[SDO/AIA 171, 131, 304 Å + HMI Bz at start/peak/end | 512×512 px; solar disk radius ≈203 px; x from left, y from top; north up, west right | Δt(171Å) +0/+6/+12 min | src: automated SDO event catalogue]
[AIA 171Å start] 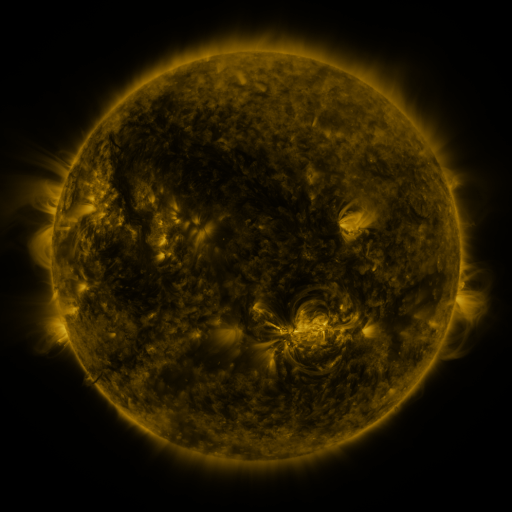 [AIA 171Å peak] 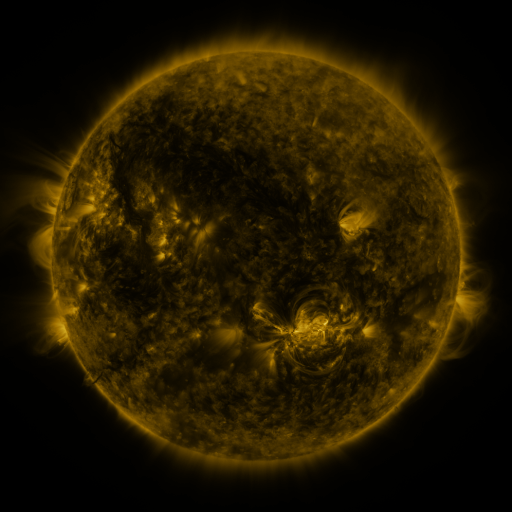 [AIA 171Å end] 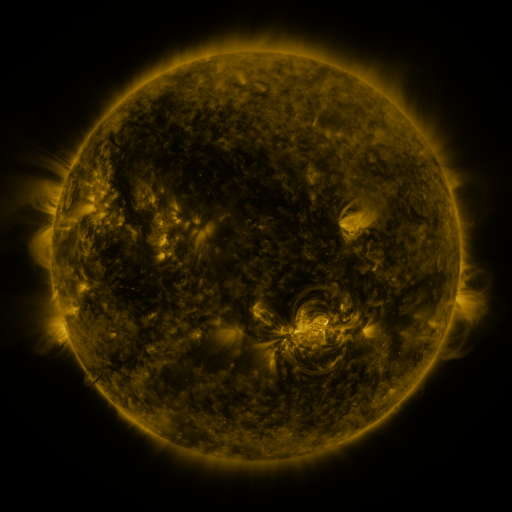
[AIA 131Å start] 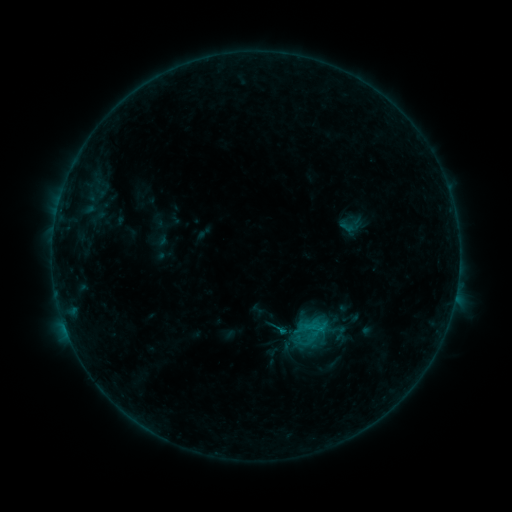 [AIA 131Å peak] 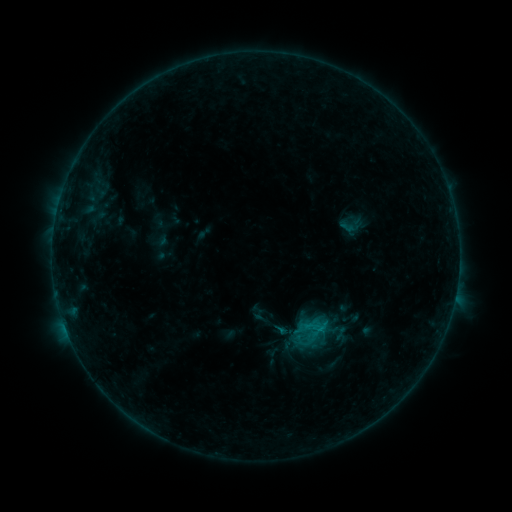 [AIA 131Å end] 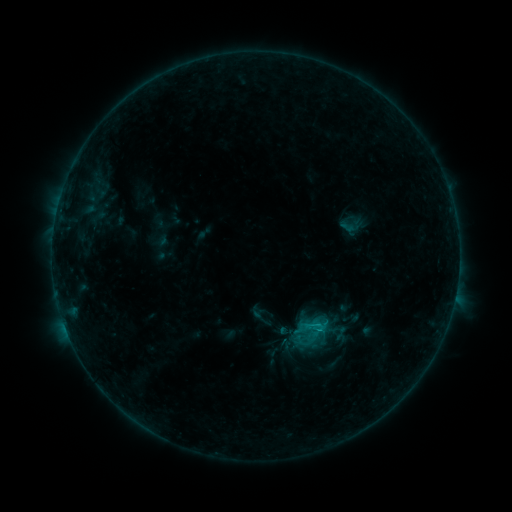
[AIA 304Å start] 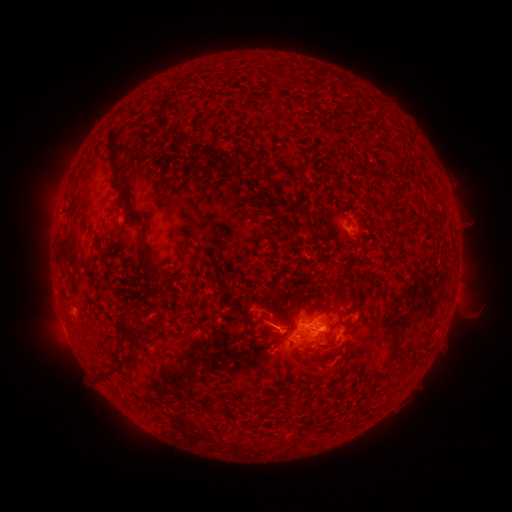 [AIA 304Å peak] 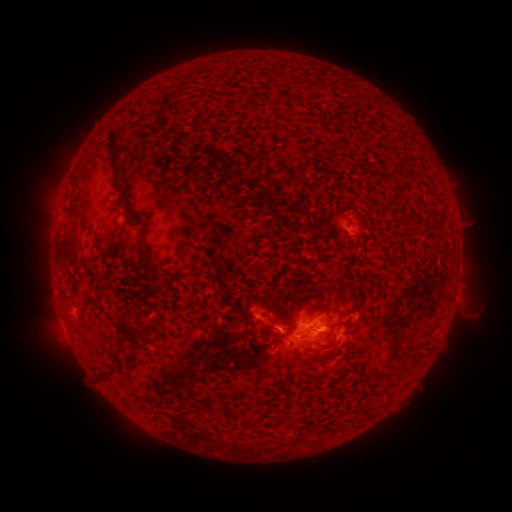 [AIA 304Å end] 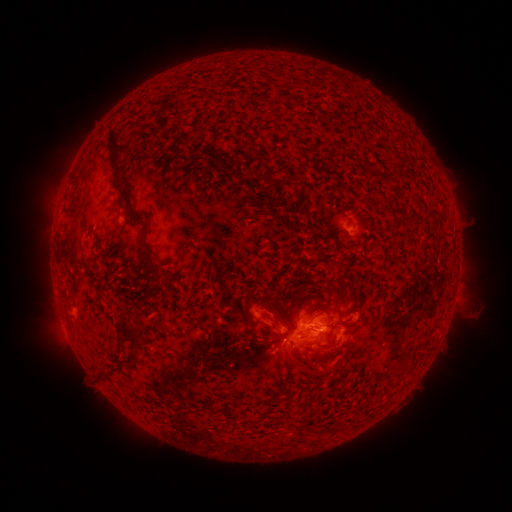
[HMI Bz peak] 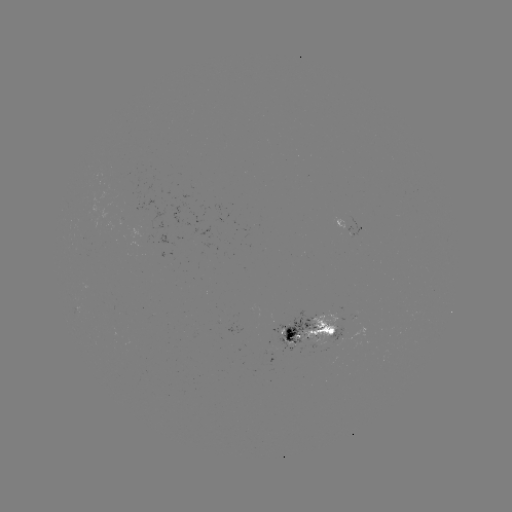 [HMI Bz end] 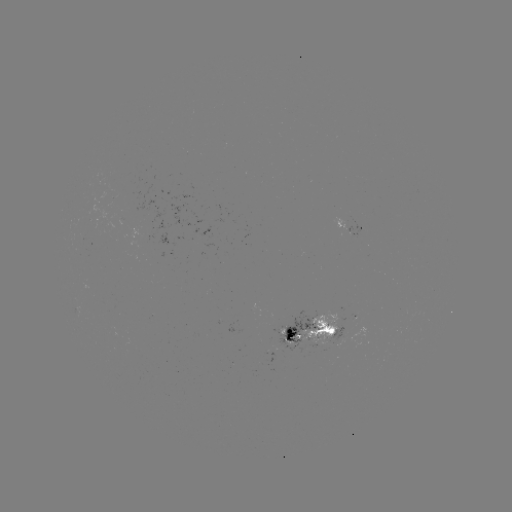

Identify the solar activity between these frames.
eruption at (268, 319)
